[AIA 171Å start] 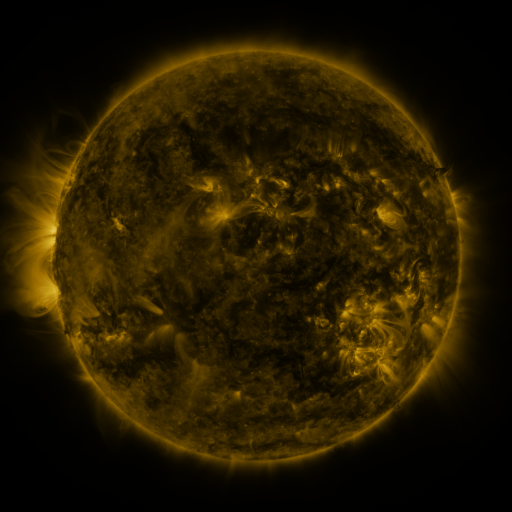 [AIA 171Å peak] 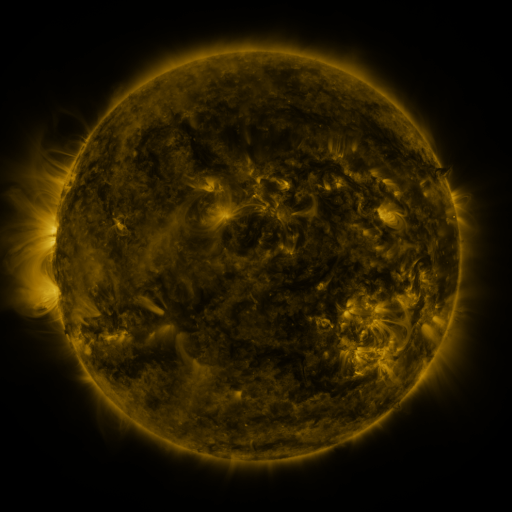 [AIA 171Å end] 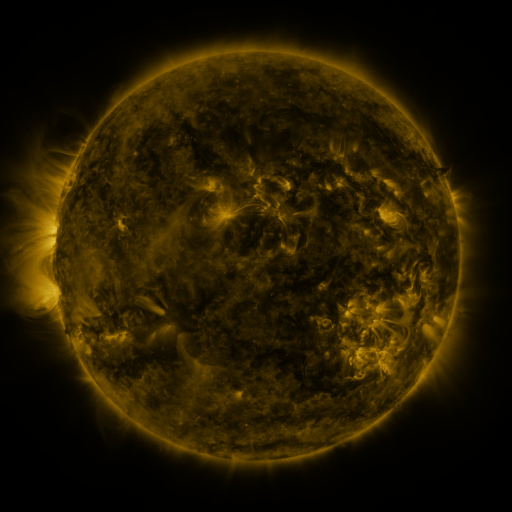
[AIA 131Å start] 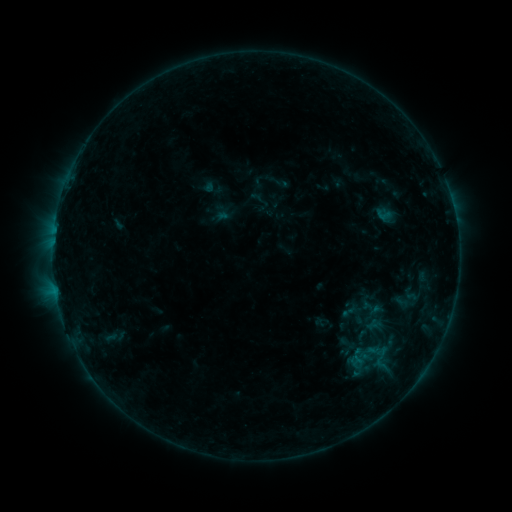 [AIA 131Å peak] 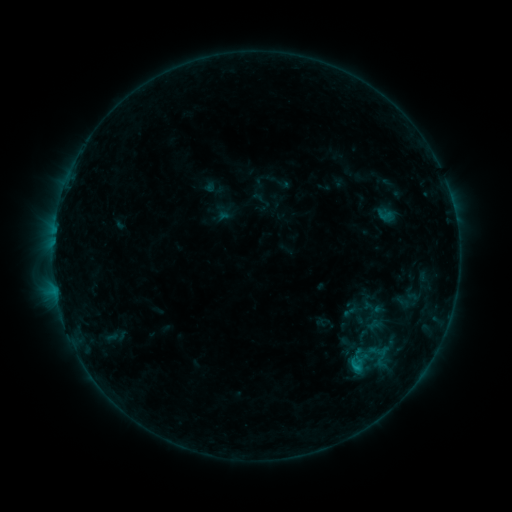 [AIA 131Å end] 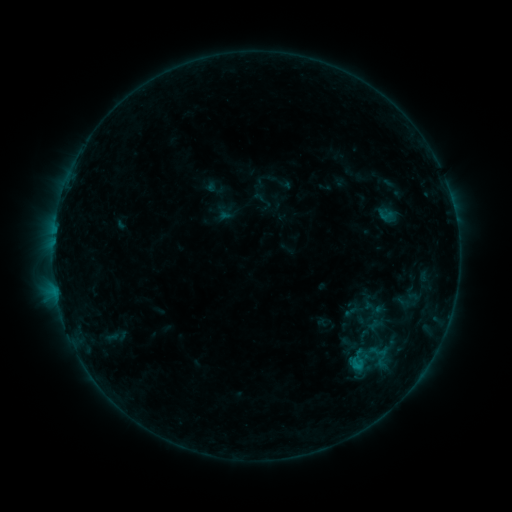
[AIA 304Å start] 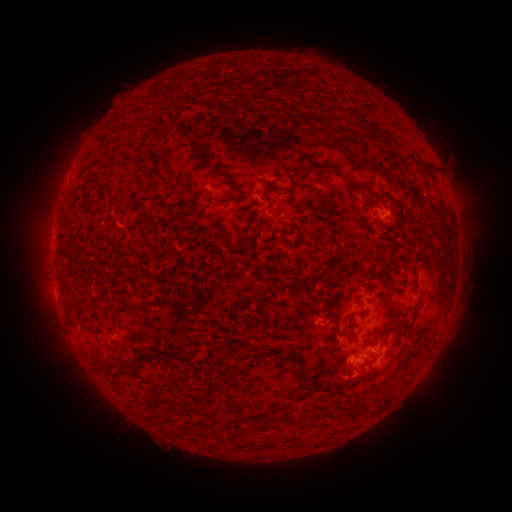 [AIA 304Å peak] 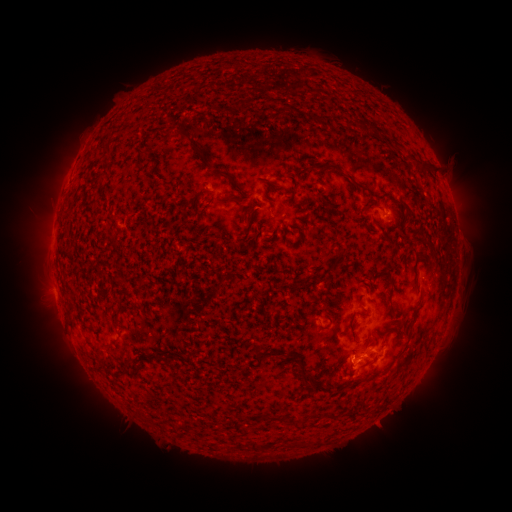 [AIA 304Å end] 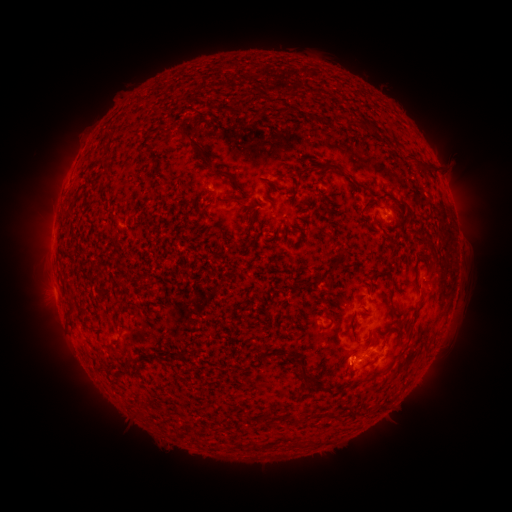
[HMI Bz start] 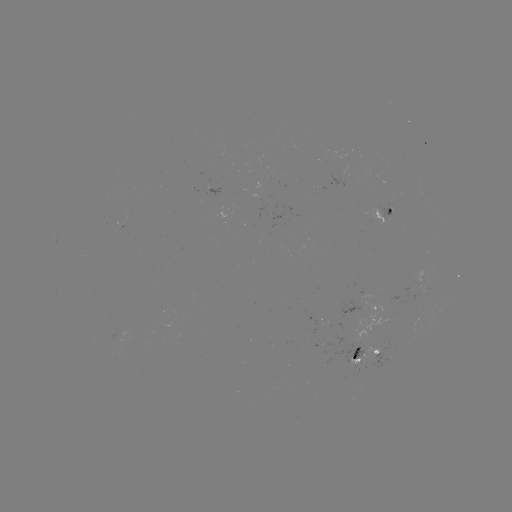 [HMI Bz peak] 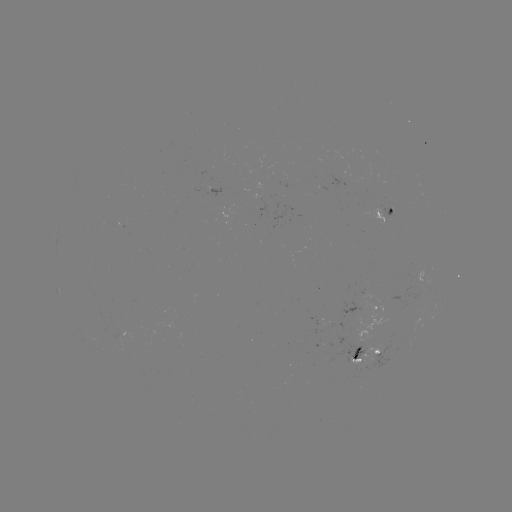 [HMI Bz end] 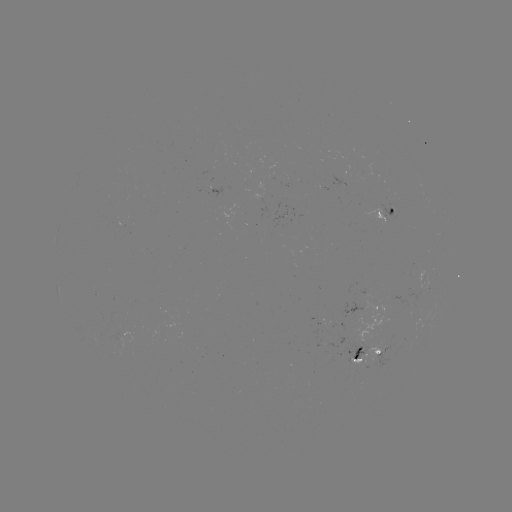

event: flare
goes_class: B7.0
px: (356, 366)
